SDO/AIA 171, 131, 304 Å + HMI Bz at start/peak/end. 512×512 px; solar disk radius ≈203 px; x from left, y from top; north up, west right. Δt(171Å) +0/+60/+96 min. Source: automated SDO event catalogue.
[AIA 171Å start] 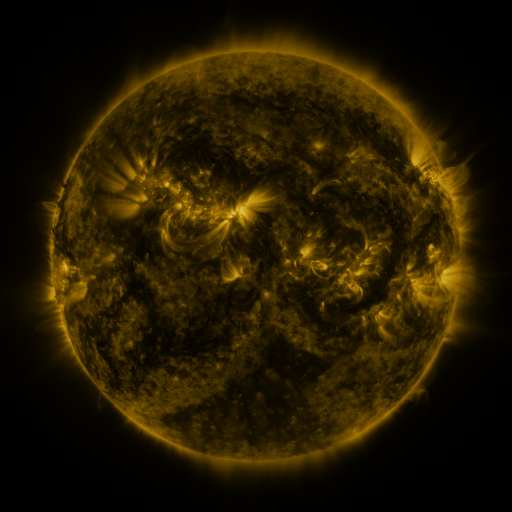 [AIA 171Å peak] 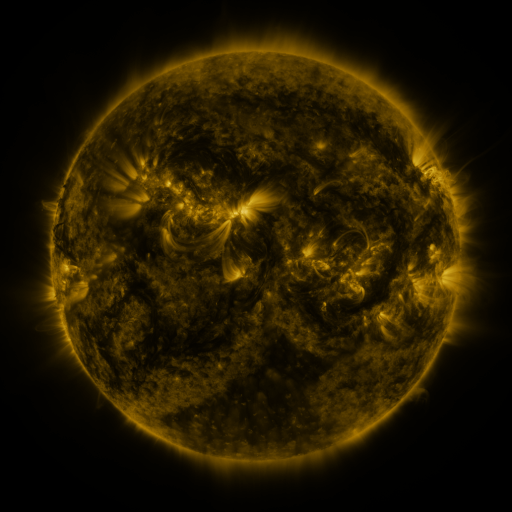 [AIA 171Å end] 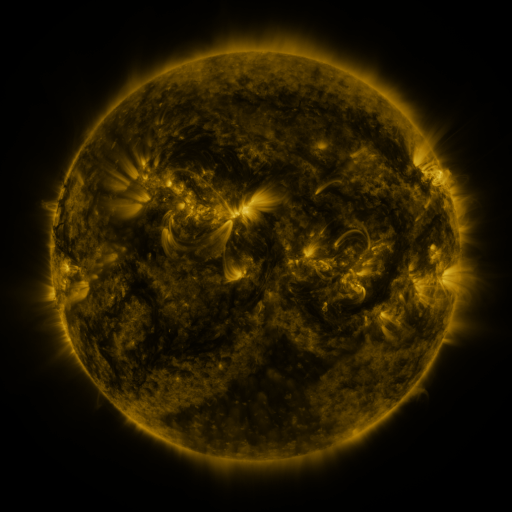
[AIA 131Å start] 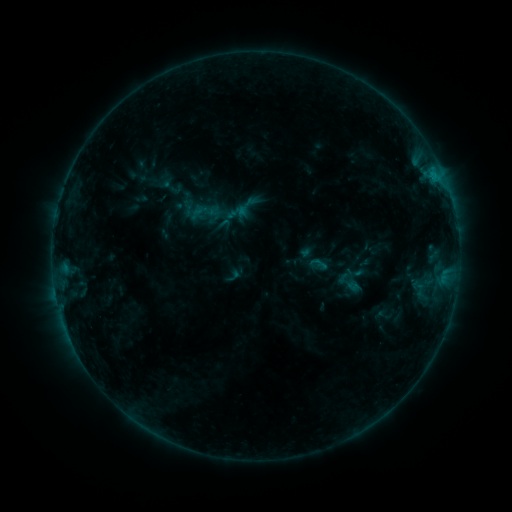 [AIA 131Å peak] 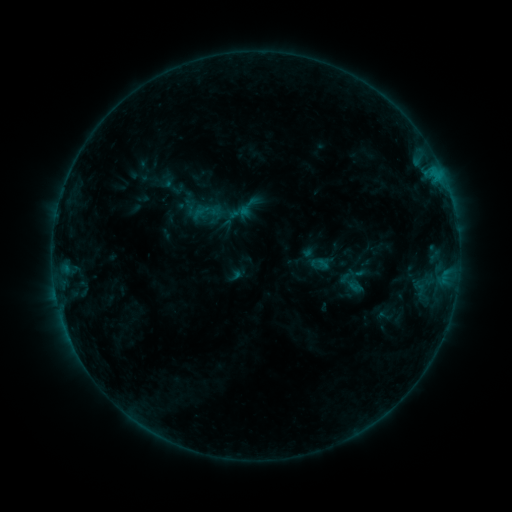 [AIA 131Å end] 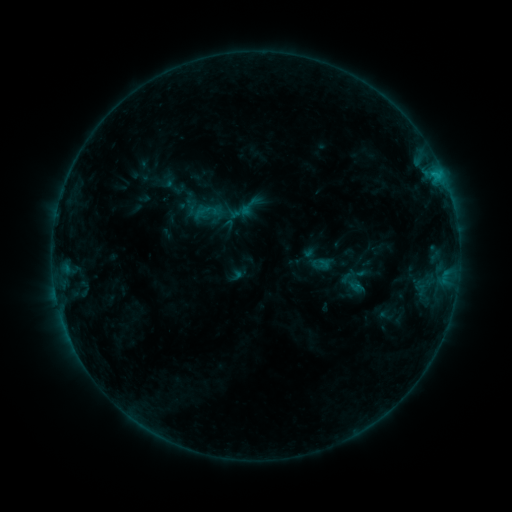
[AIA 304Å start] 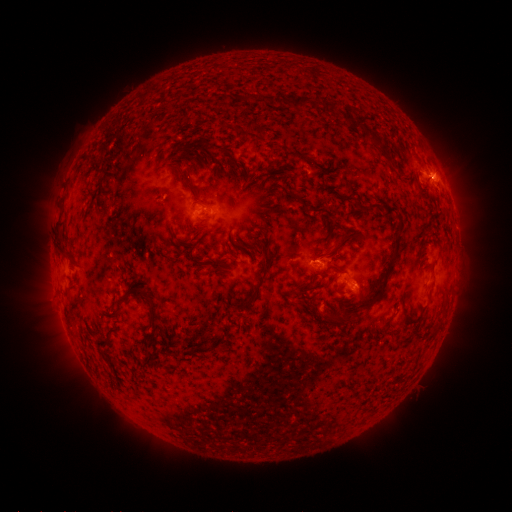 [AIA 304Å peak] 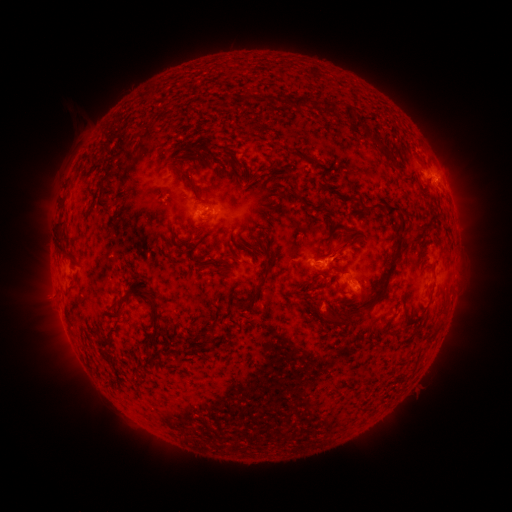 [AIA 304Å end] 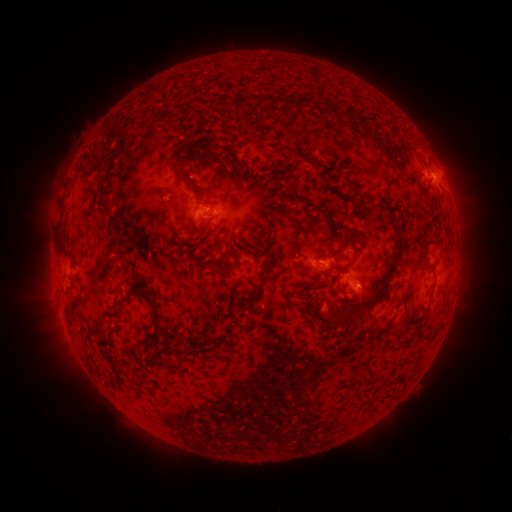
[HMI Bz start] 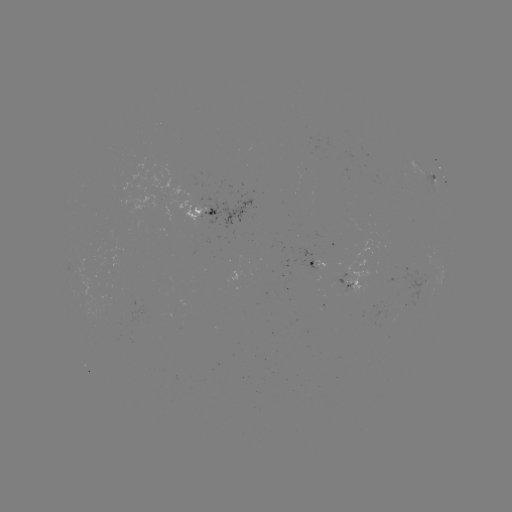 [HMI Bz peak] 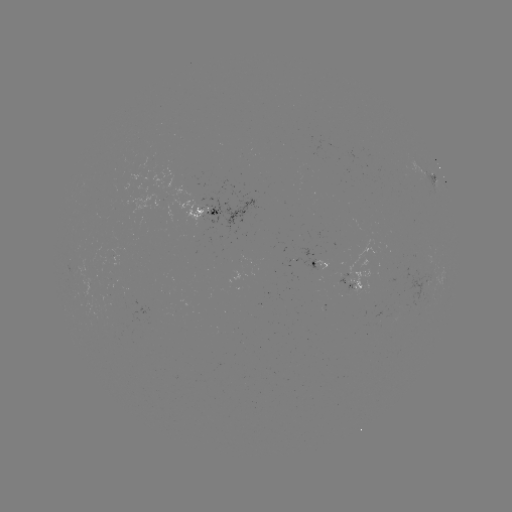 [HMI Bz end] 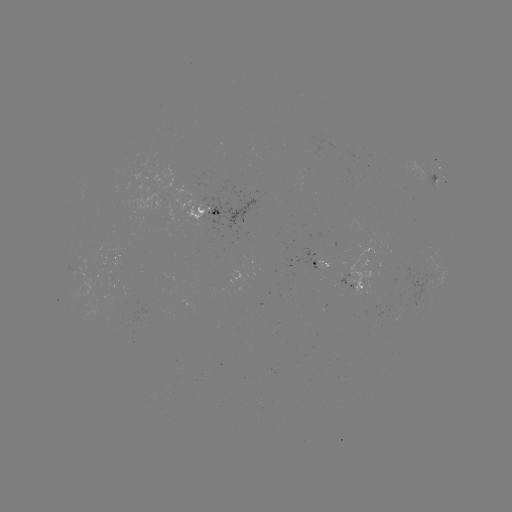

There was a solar emerging-flux region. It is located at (339, 281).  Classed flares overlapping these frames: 1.